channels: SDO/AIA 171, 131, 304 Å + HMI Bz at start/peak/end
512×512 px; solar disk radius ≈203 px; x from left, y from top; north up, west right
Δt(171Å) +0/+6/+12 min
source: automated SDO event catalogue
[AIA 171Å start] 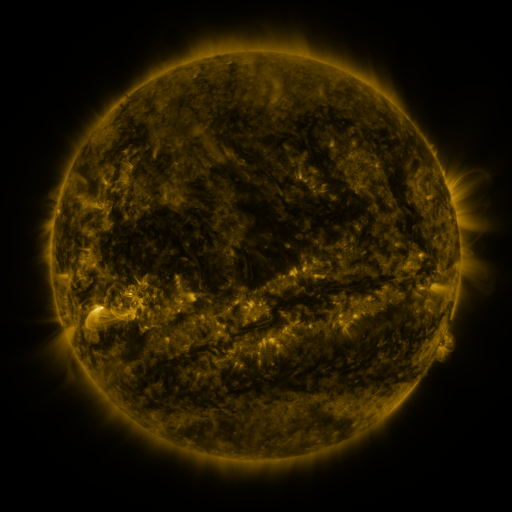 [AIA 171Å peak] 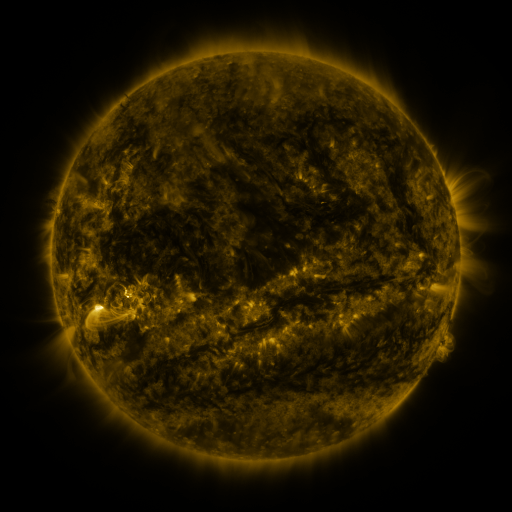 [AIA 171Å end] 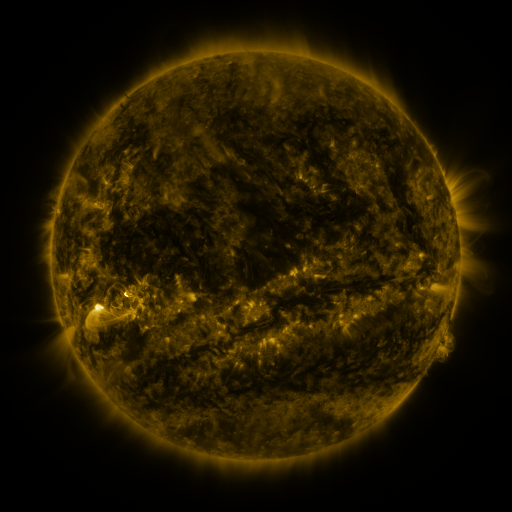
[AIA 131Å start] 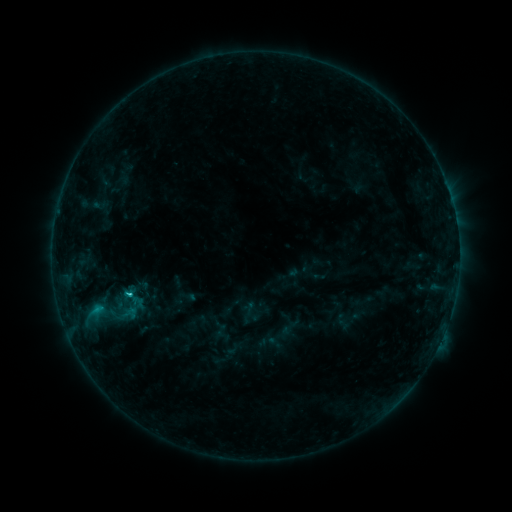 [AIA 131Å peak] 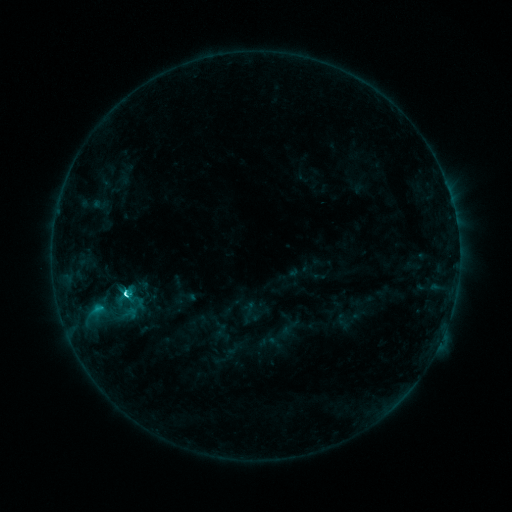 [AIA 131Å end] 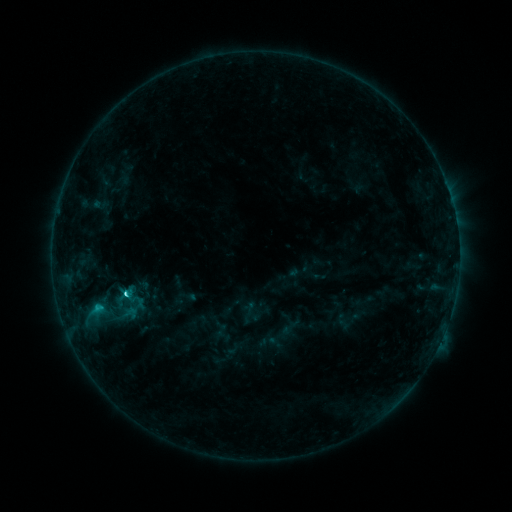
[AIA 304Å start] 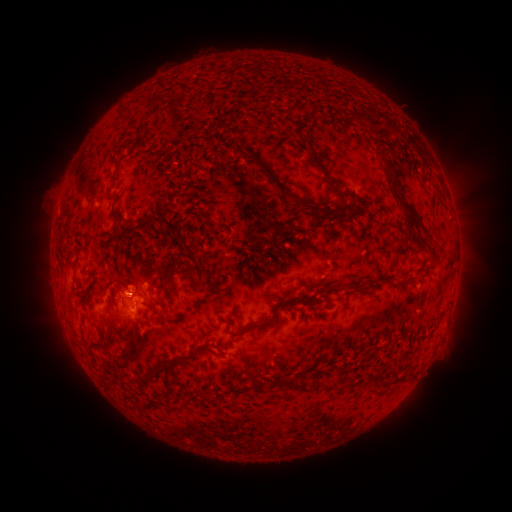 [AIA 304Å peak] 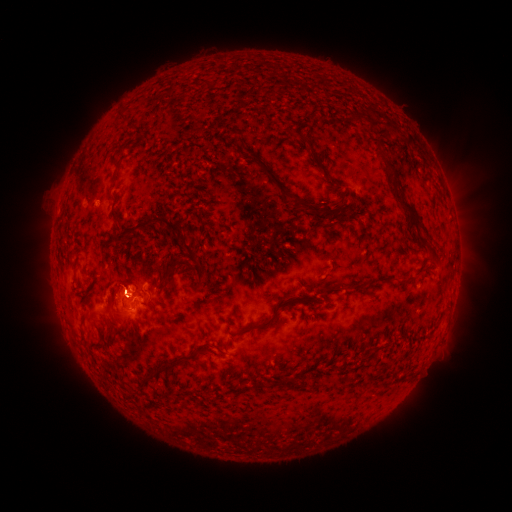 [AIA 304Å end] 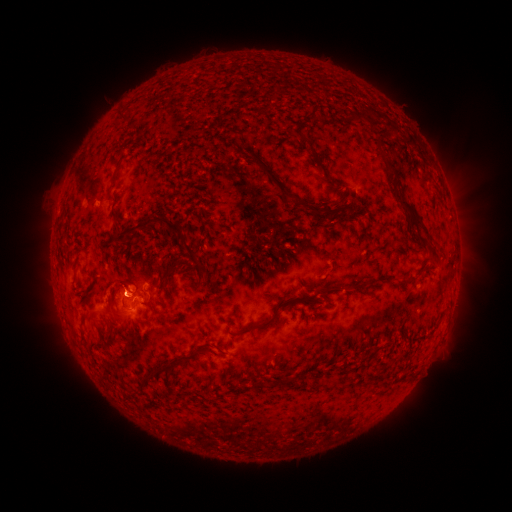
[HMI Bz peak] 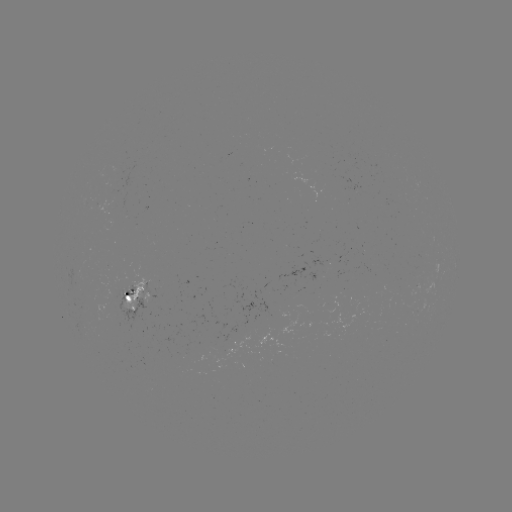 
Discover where C4.5 flare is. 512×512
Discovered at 127,293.